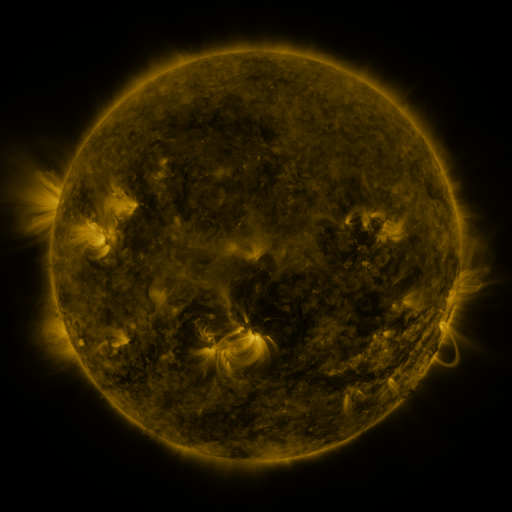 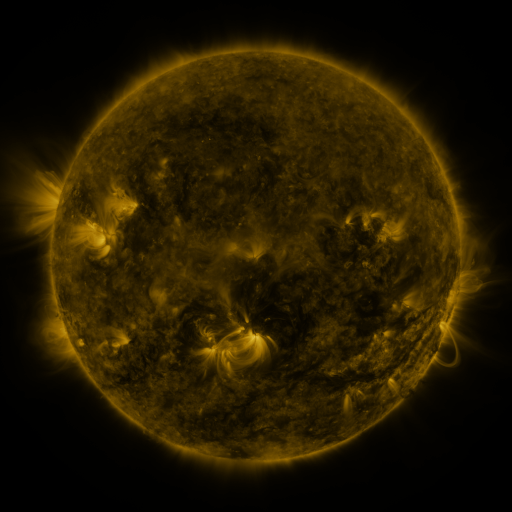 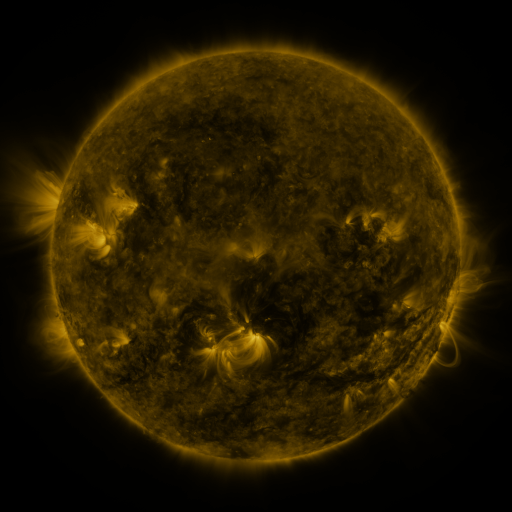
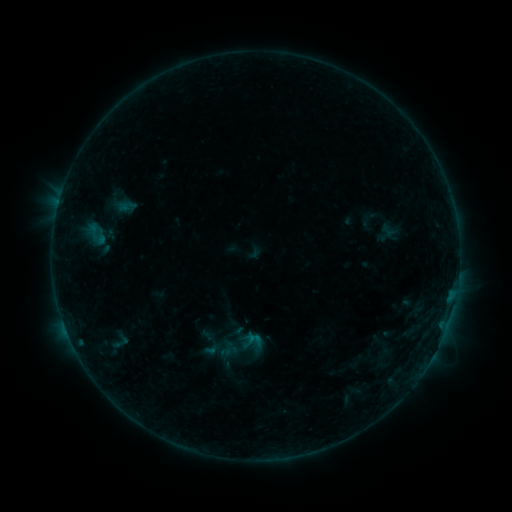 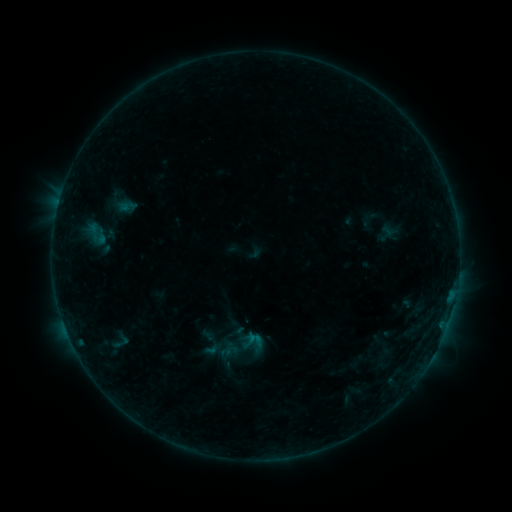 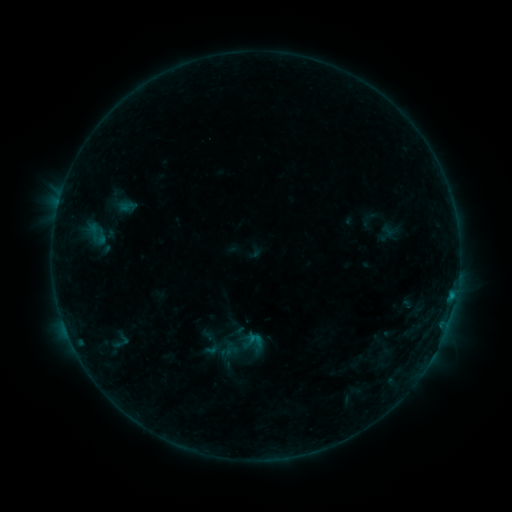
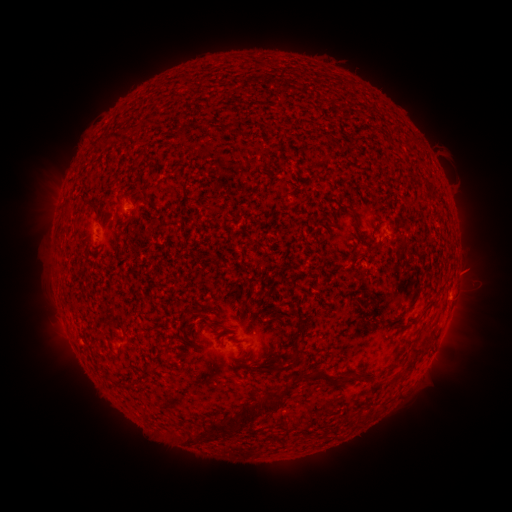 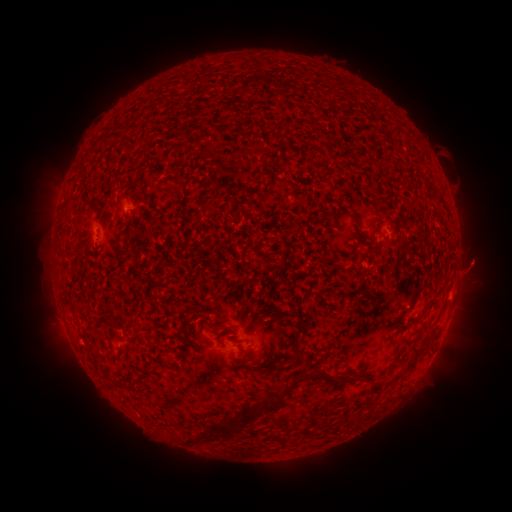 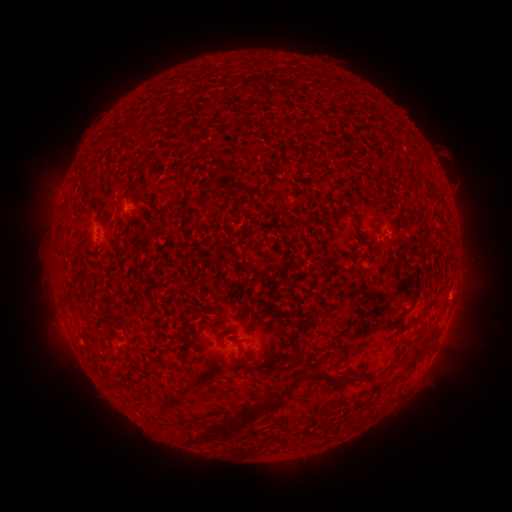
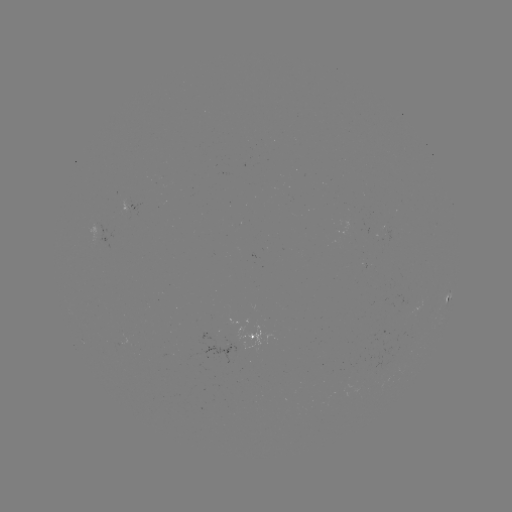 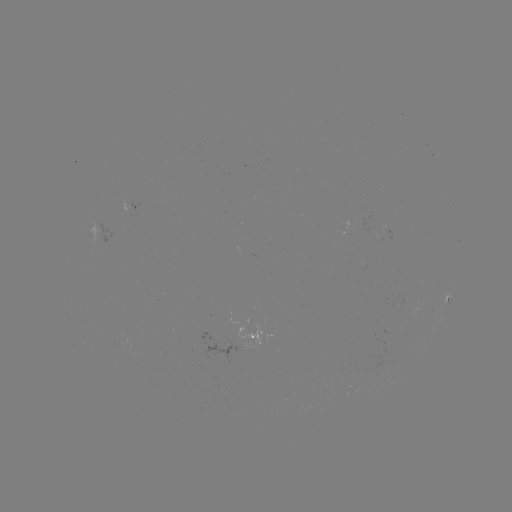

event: eruption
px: (477, 263)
